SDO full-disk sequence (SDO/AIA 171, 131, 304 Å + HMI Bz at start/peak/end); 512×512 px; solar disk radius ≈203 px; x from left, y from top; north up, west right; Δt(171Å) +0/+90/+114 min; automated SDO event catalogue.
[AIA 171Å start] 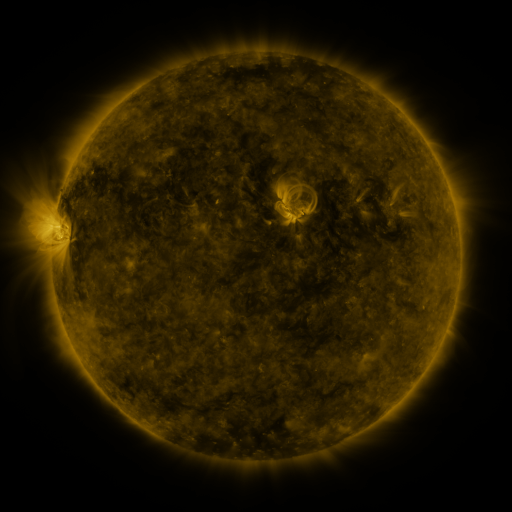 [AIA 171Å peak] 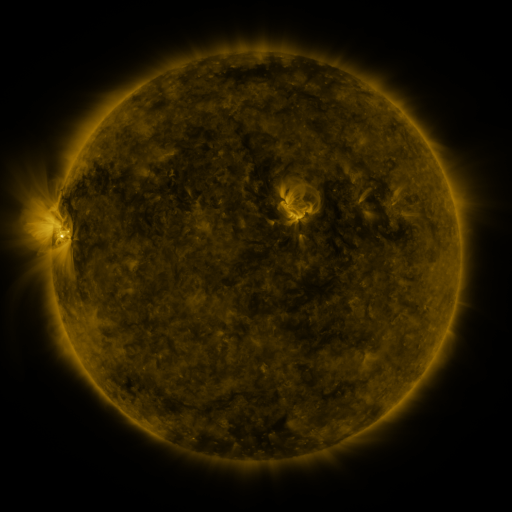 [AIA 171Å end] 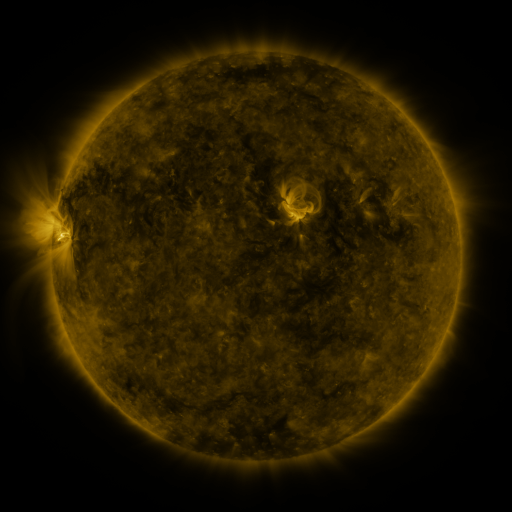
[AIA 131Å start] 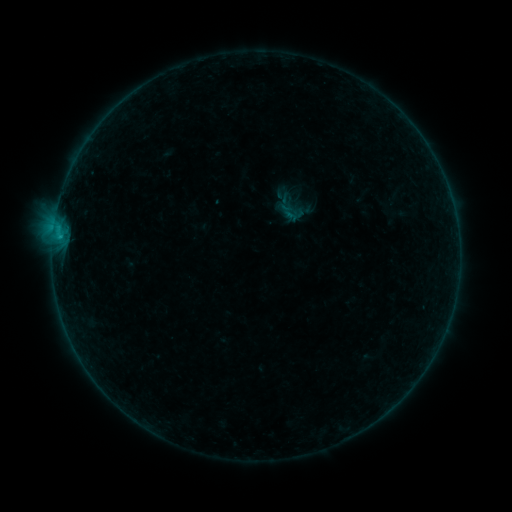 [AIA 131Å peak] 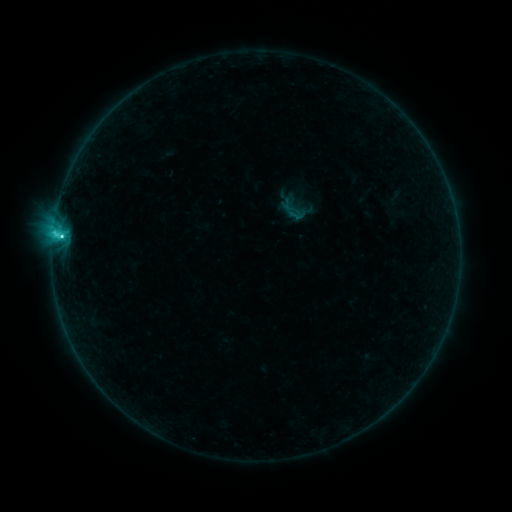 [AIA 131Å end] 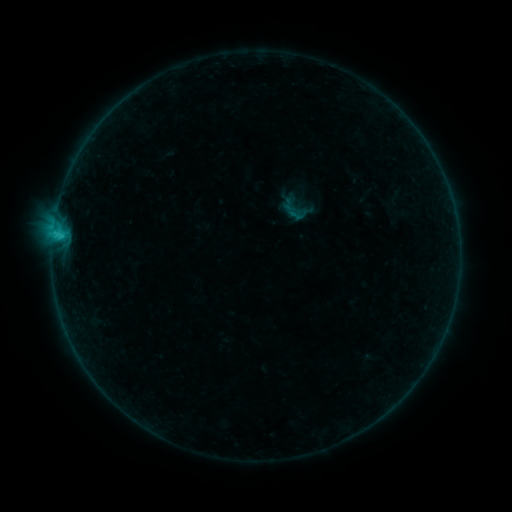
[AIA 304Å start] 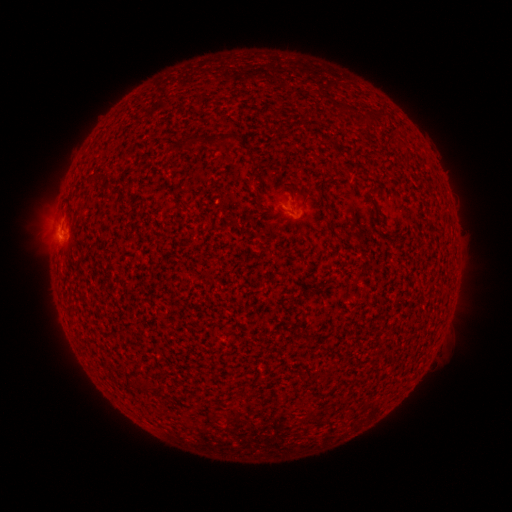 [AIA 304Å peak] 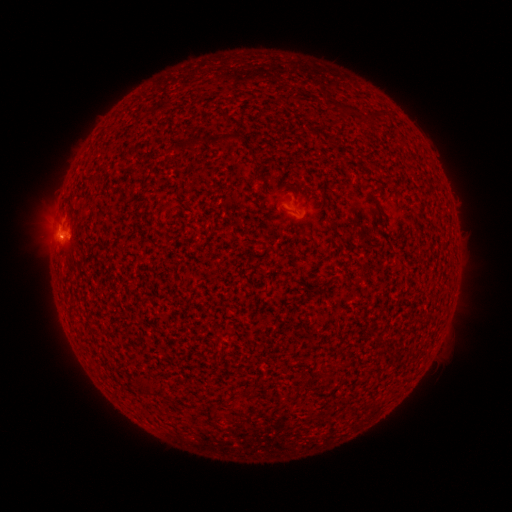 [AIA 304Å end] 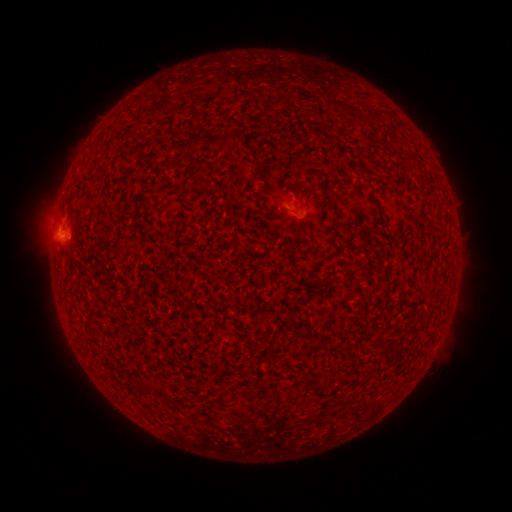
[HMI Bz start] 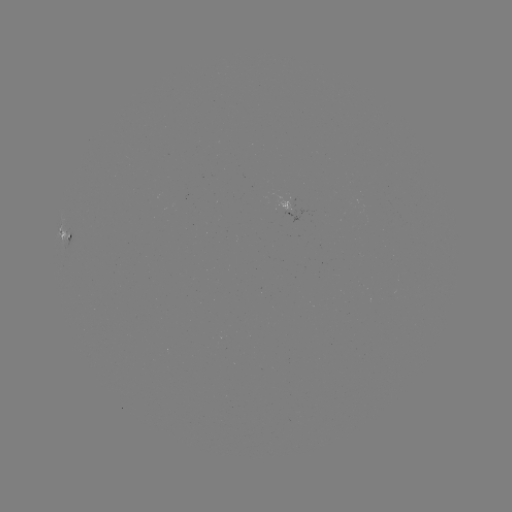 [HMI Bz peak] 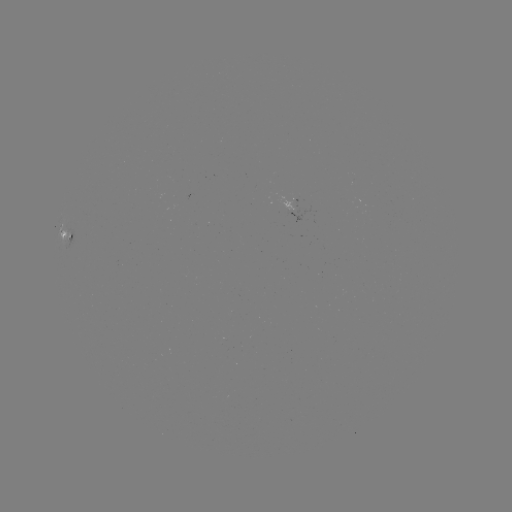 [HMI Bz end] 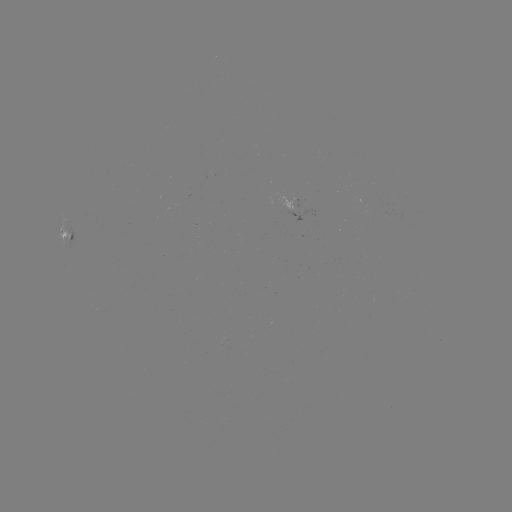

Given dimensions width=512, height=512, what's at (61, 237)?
C3.0 flare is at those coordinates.